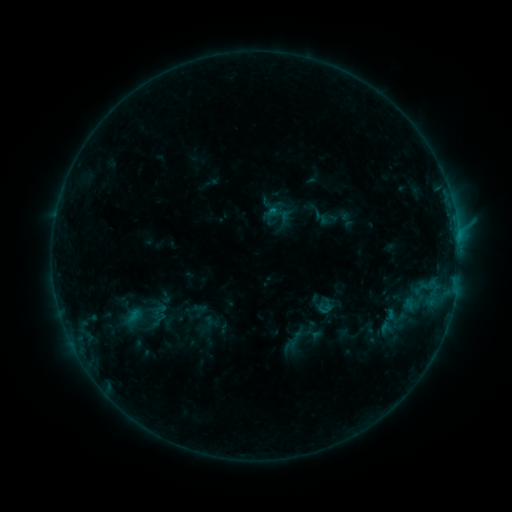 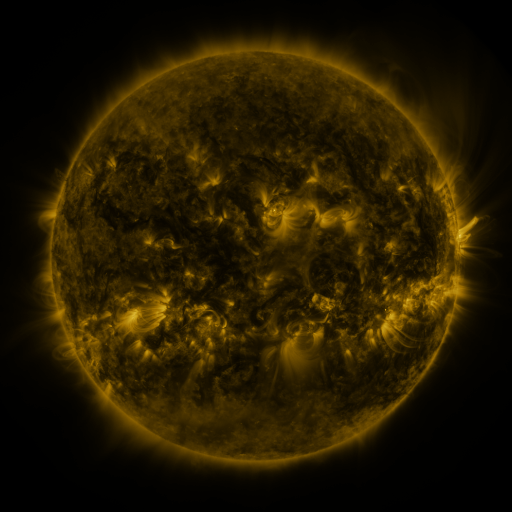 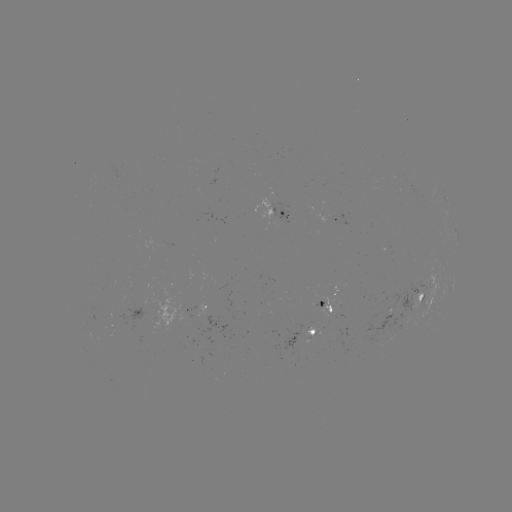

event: sigmoid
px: (325, 306)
